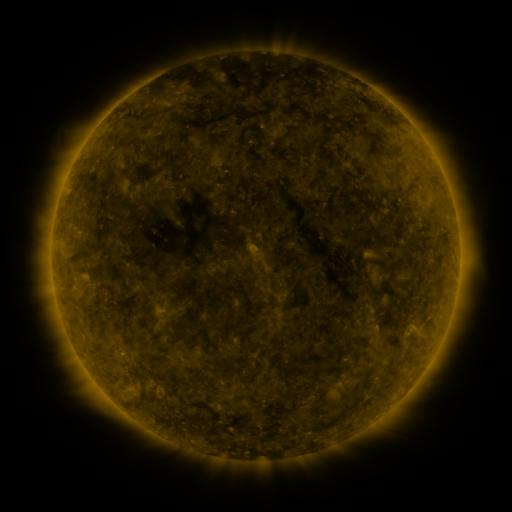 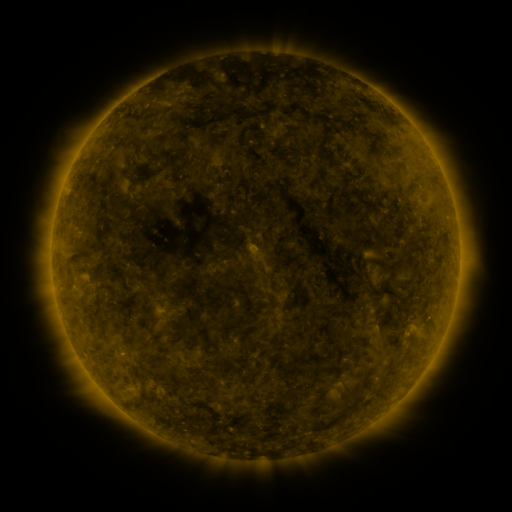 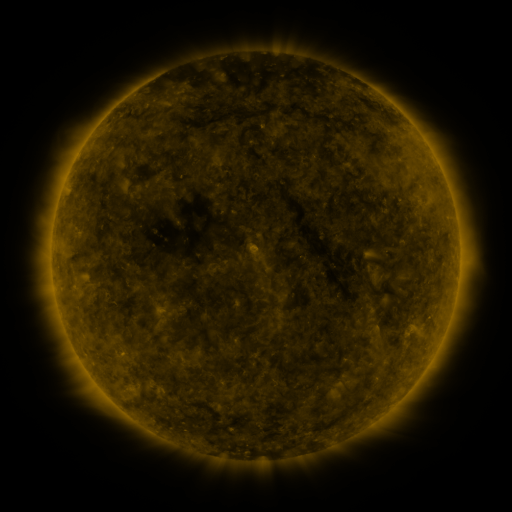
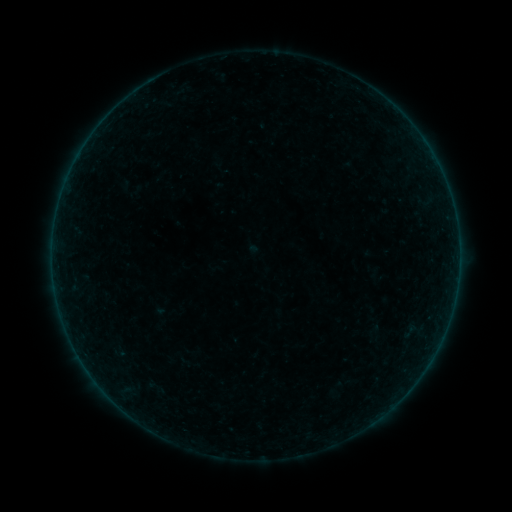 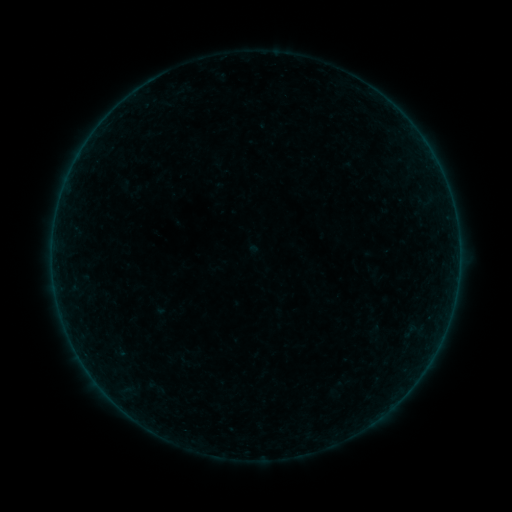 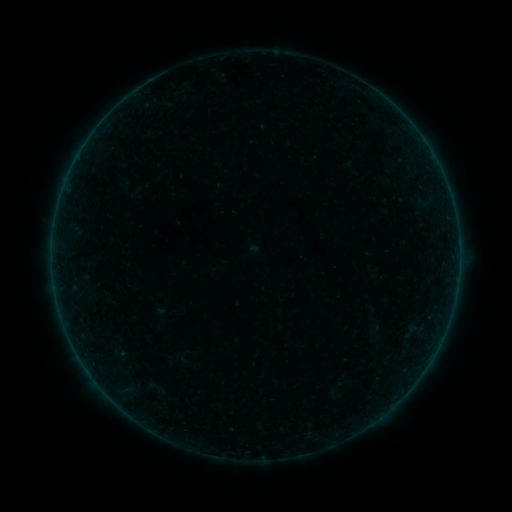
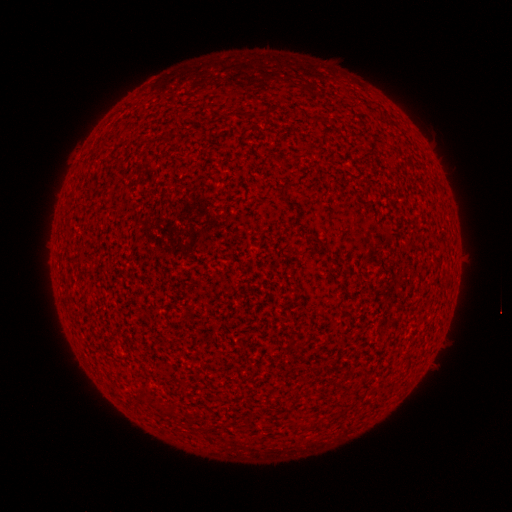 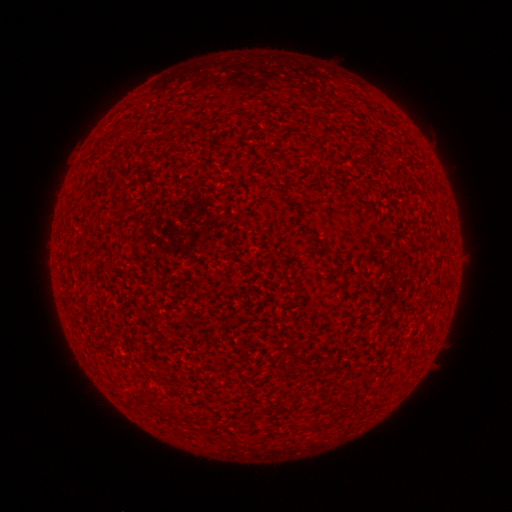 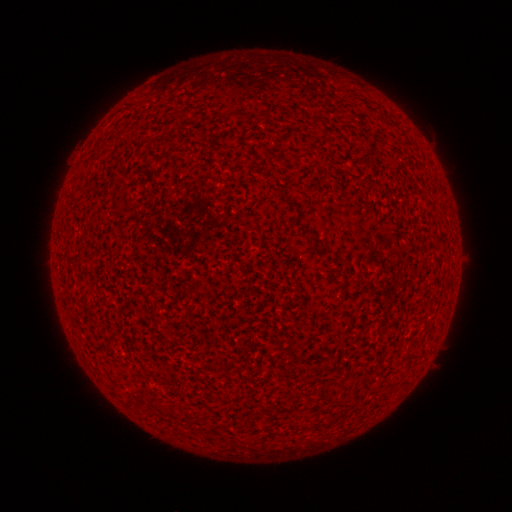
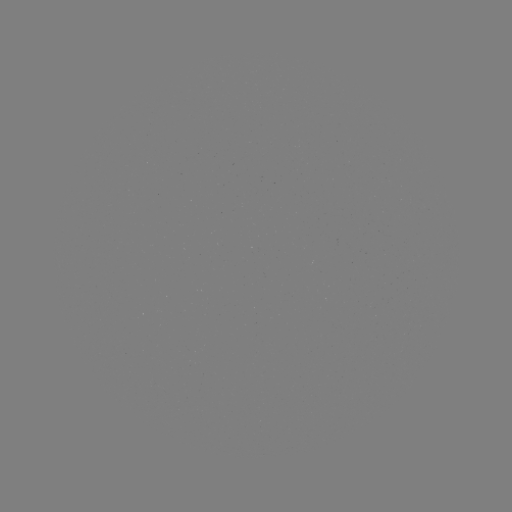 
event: flare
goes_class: A1.1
